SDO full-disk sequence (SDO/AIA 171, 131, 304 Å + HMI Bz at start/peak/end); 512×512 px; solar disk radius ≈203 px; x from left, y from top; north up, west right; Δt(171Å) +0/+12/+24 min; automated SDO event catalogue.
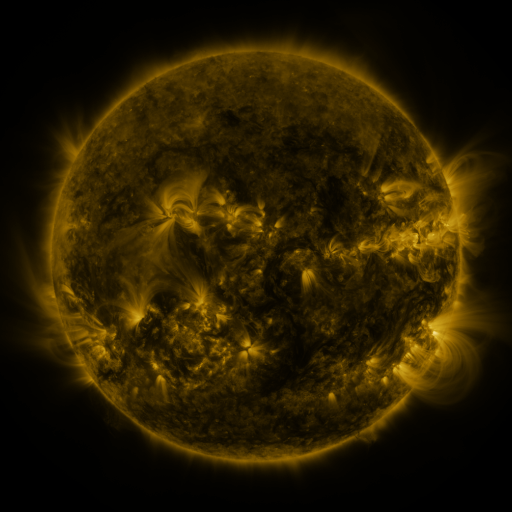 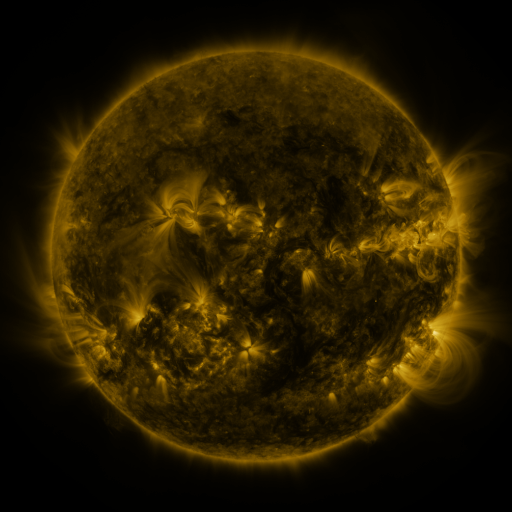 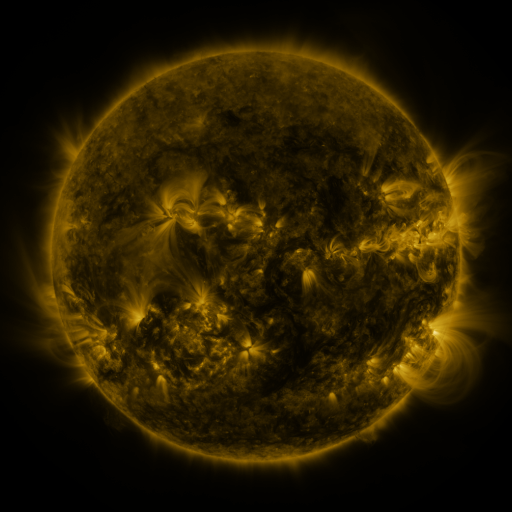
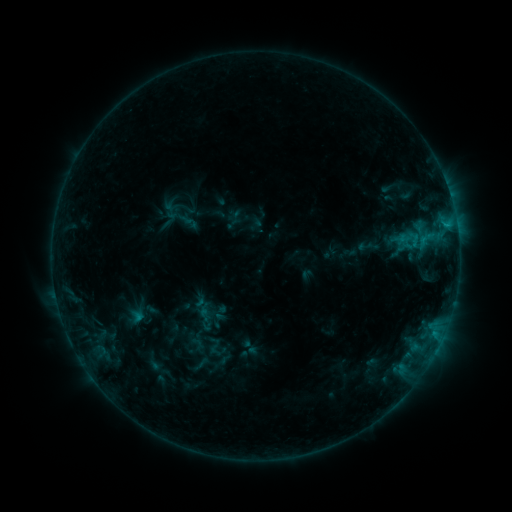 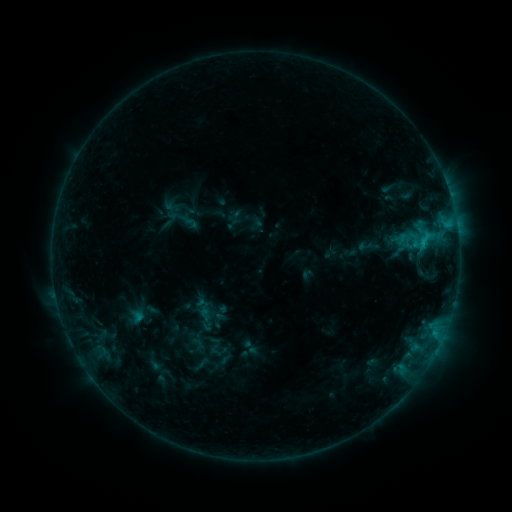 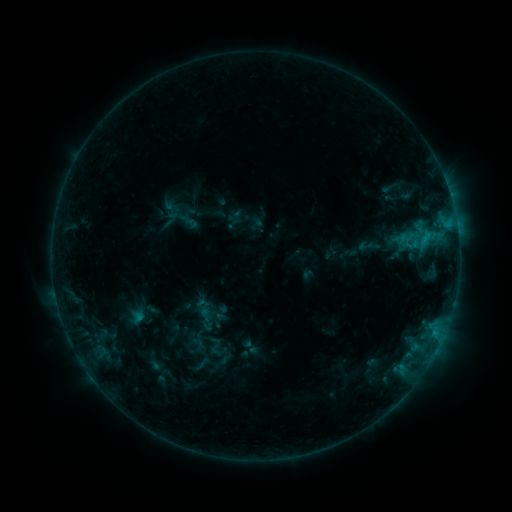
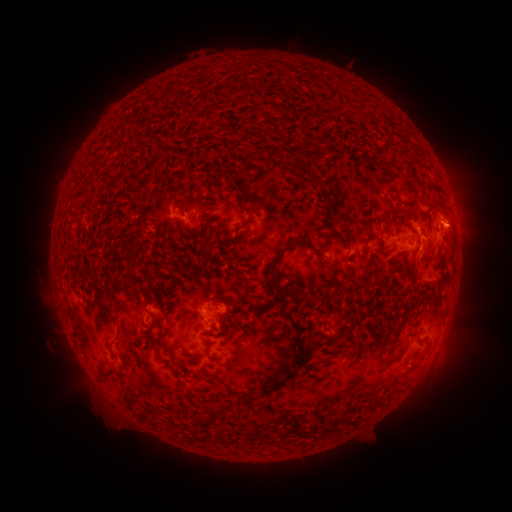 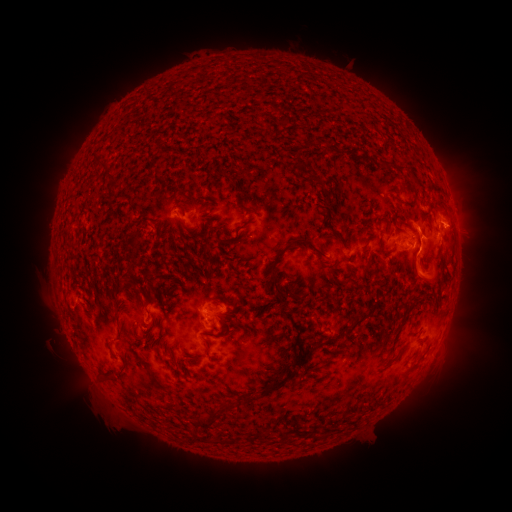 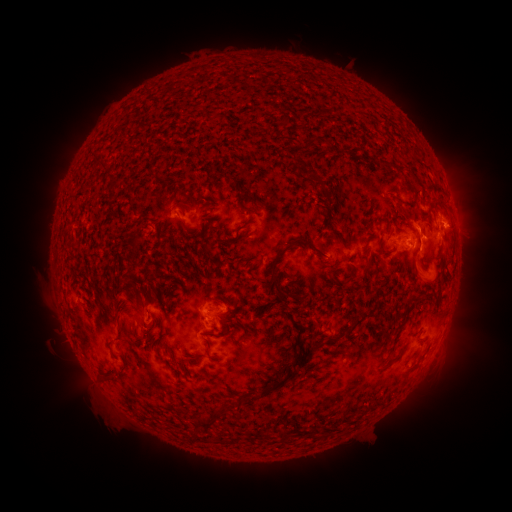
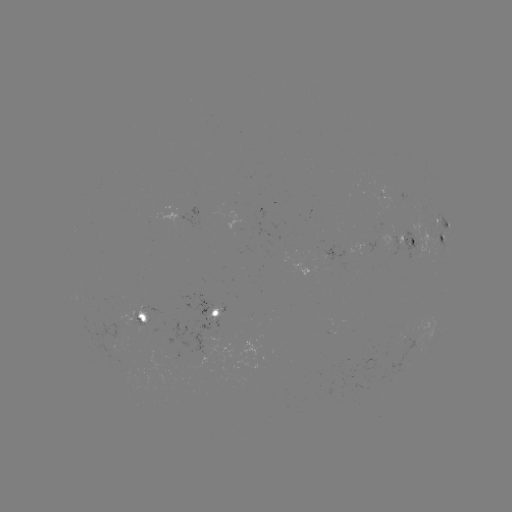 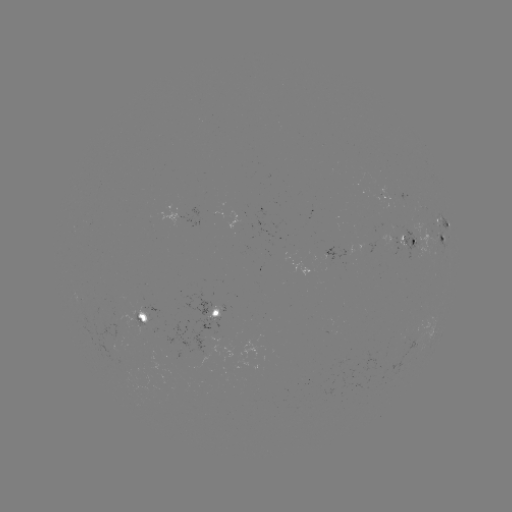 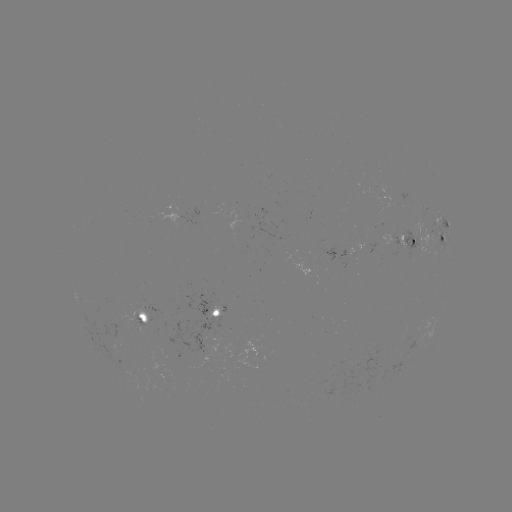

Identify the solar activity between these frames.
C1.1 flare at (421, 245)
